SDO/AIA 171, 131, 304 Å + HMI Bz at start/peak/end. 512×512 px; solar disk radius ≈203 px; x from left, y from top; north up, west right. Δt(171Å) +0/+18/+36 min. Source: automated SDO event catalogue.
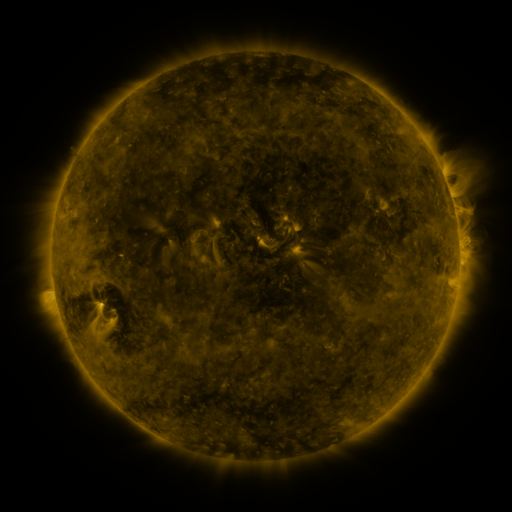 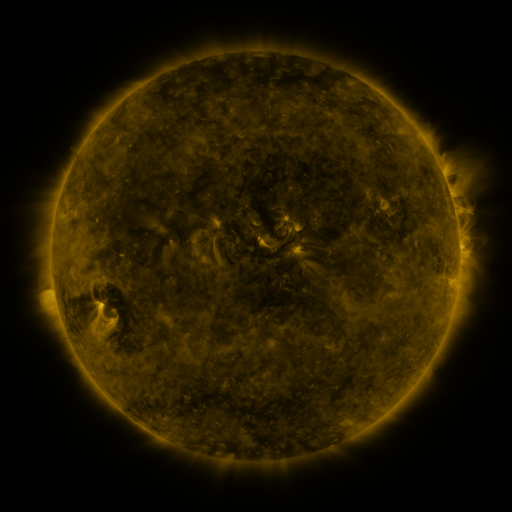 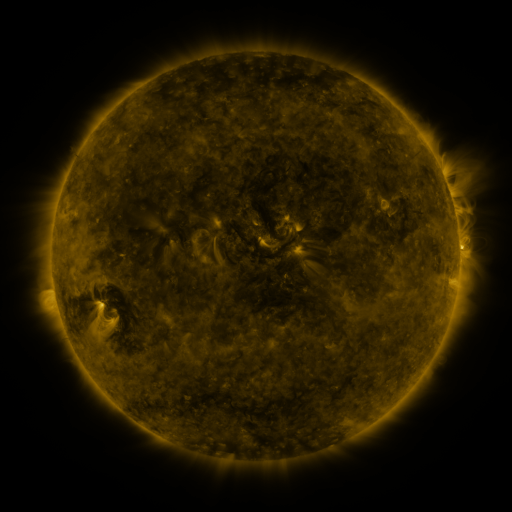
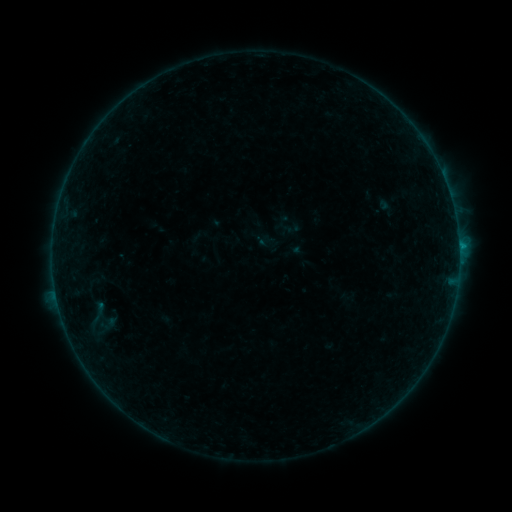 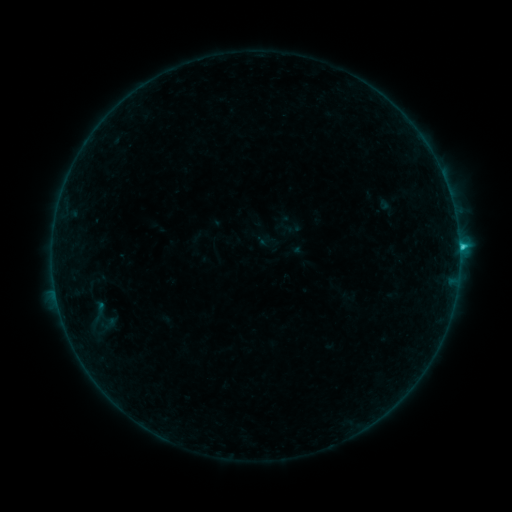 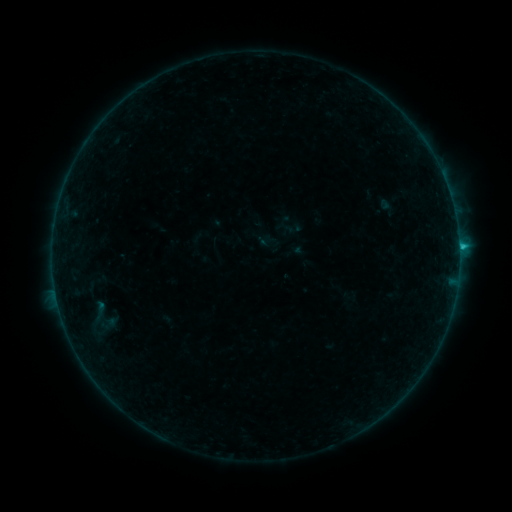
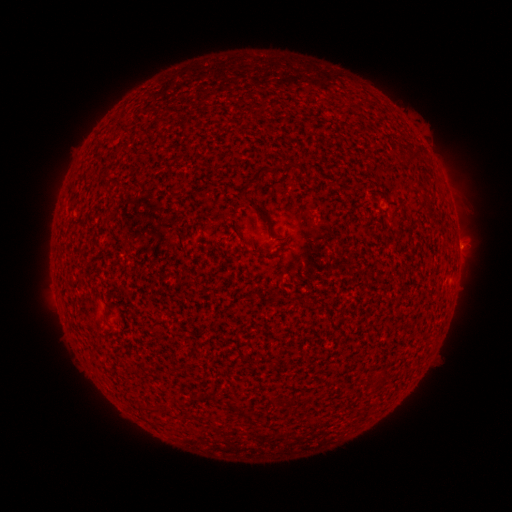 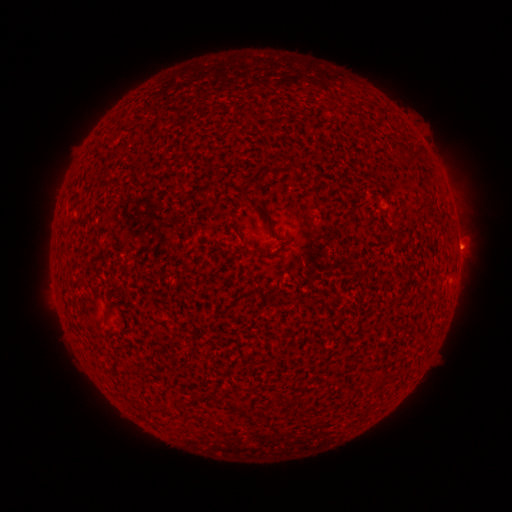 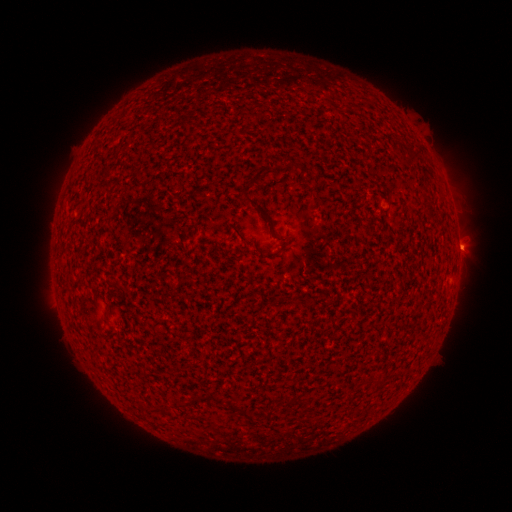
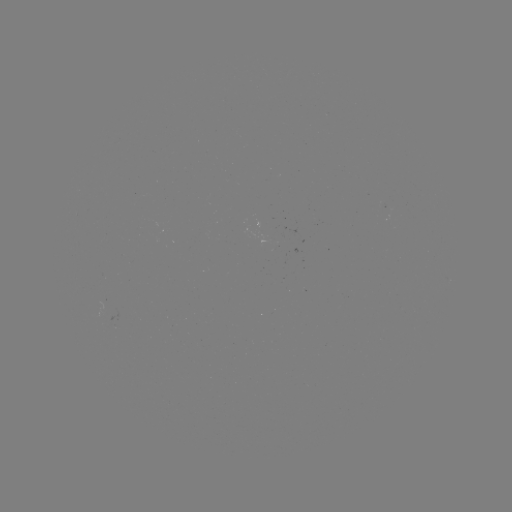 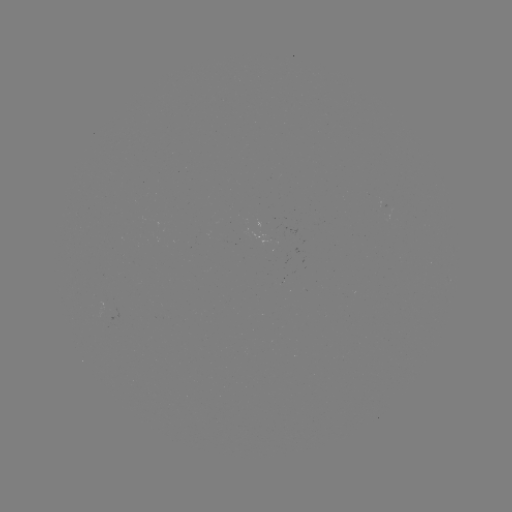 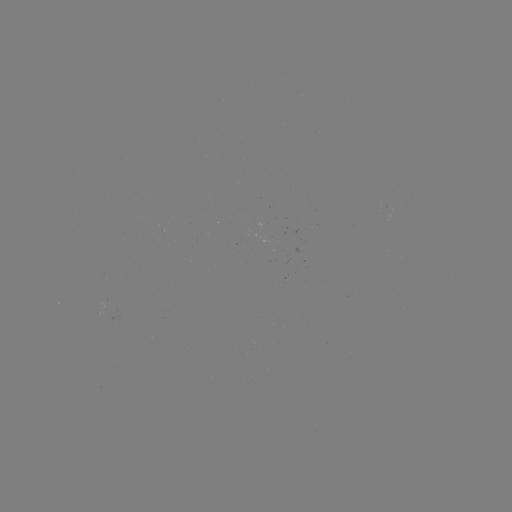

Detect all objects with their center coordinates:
C1.1 flare: (459, 249)
